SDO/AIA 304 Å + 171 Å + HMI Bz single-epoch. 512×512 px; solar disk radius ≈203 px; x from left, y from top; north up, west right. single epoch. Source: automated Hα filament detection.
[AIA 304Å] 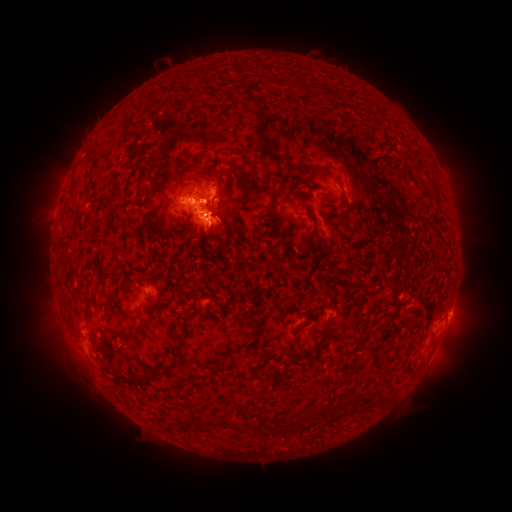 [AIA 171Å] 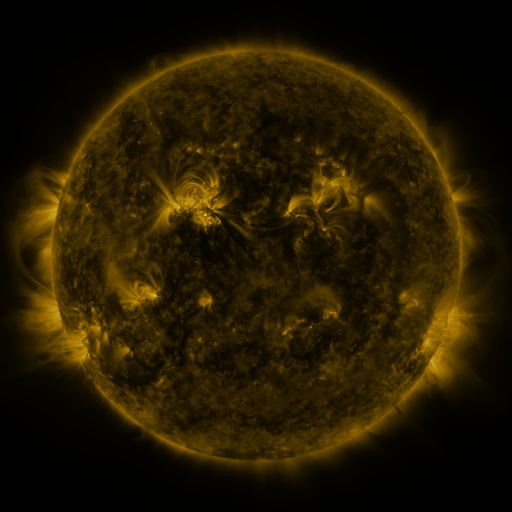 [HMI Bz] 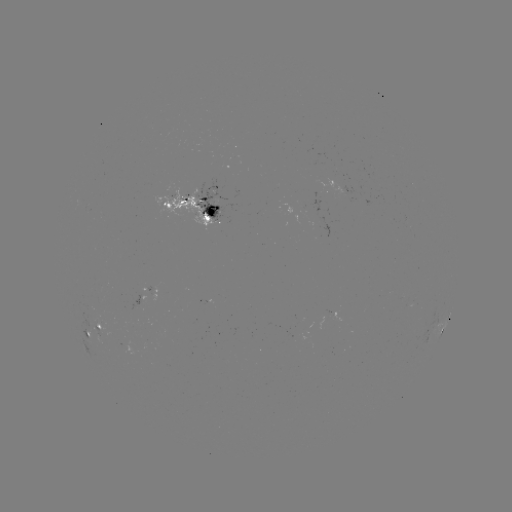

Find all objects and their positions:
filament: (254, 102)
filament: (260, 140)
filament: (277, 157)
filament: (298, 197)
filament: (306, 209)
filament: (148, 224)
filament: (139, 310)
filament: (87, 314)
filament: (228, 351)
filament: (176, 355)
filament: (295, 360)
filament: (260, 366)
filament: (245, 378)
filament: (328, 409)
filament: (227, 423)
